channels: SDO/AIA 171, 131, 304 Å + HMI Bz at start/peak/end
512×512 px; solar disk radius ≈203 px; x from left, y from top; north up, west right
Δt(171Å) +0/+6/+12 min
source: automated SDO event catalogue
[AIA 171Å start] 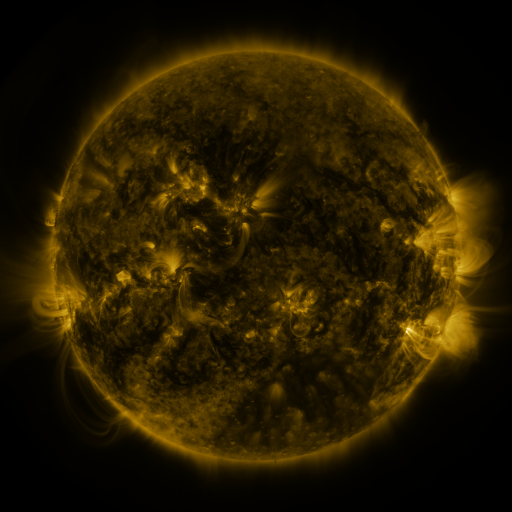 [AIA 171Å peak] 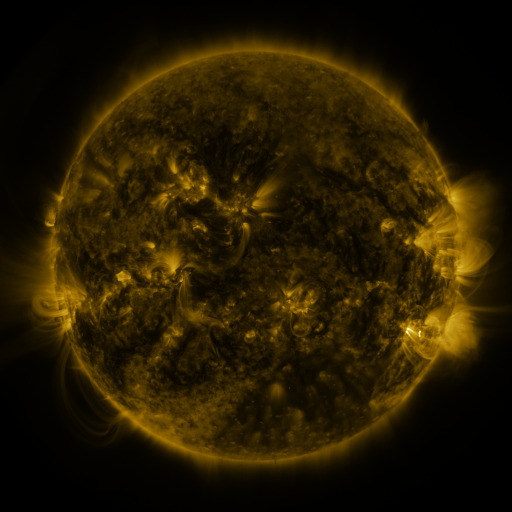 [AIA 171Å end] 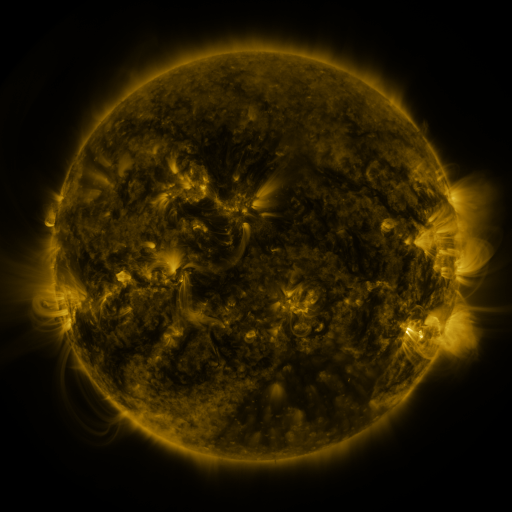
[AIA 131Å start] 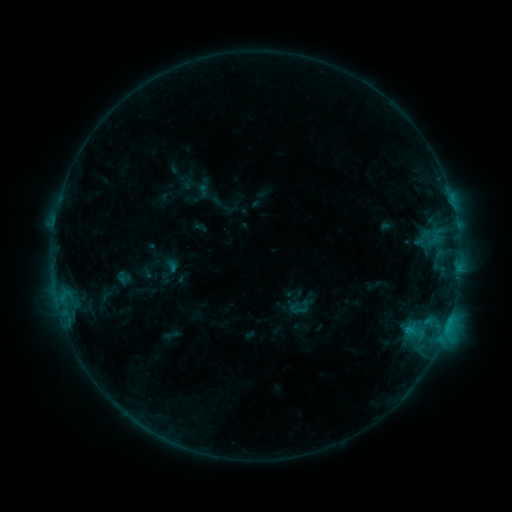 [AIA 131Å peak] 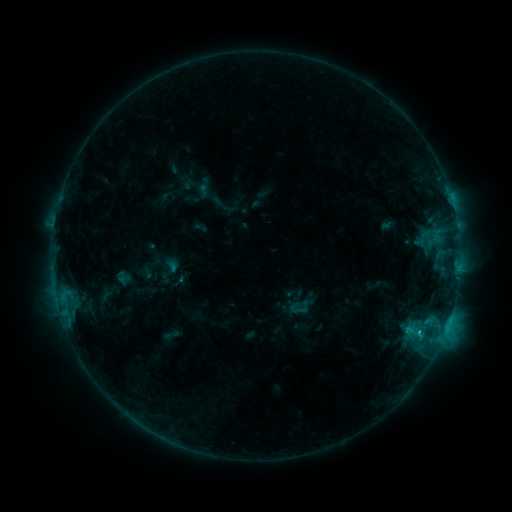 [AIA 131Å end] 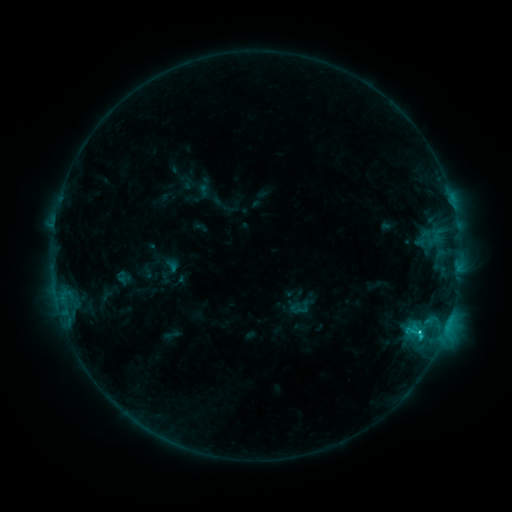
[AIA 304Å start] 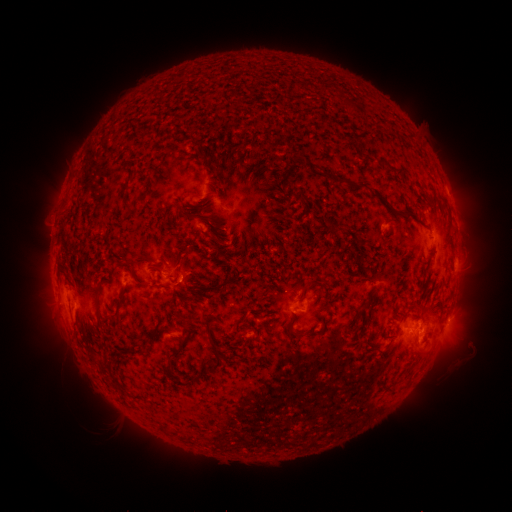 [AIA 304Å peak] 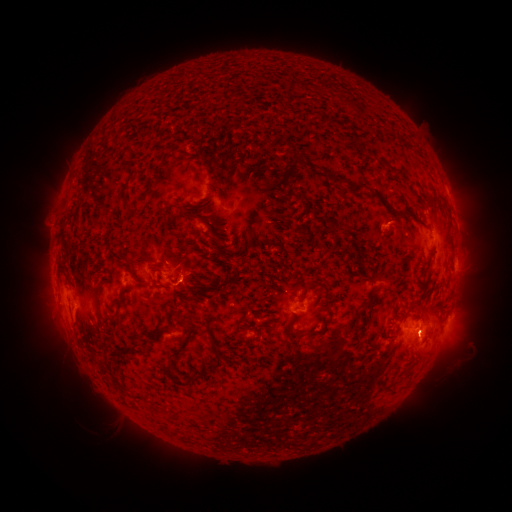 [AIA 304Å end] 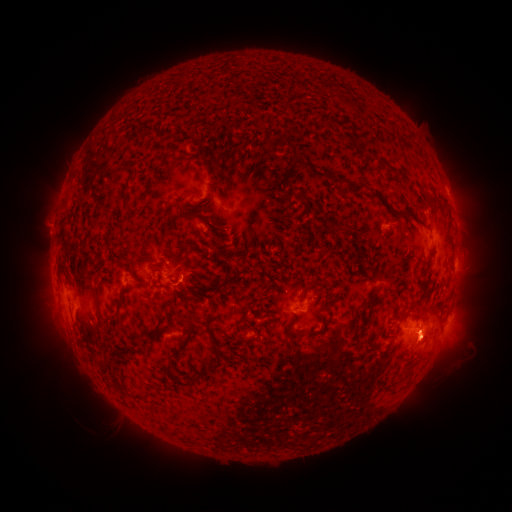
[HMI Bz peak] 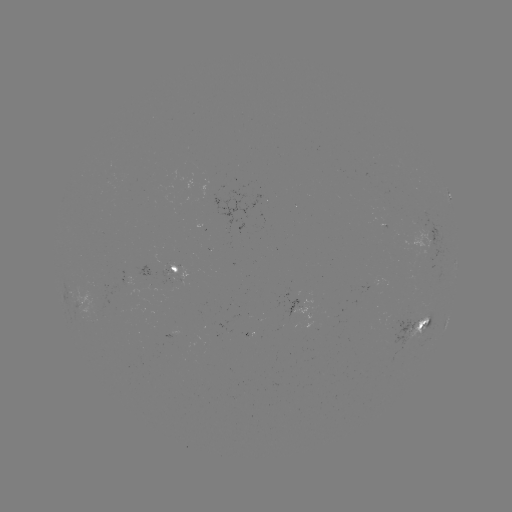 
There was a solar flare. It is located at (419, 335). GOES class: C1.8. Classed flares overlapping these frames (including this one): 1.